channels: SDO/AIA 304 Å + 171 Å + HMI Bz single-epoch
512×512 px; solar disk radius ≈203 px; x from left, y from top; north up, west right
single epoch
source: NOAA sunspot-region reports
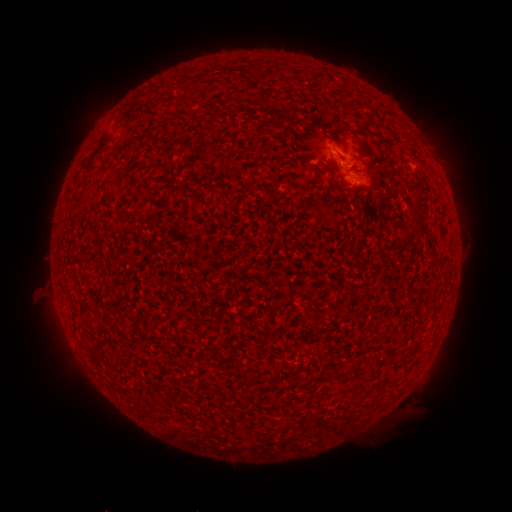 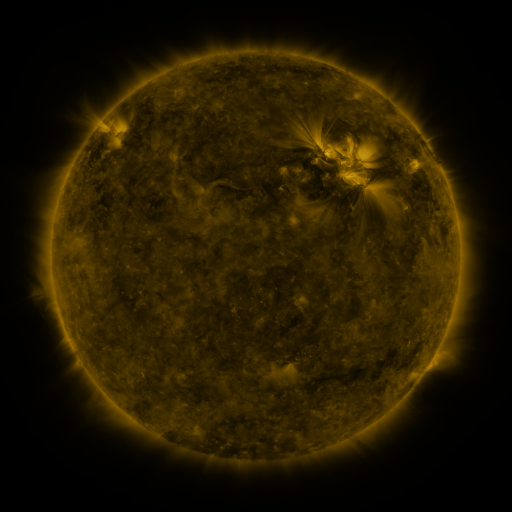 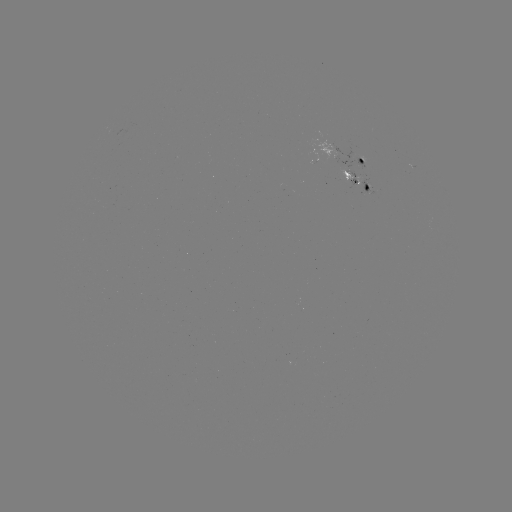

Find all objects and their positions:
spotted active region: (365, 159)
spotted active region: (359, 181)
